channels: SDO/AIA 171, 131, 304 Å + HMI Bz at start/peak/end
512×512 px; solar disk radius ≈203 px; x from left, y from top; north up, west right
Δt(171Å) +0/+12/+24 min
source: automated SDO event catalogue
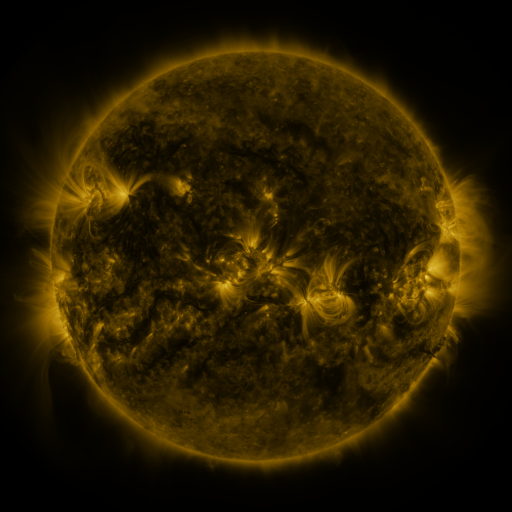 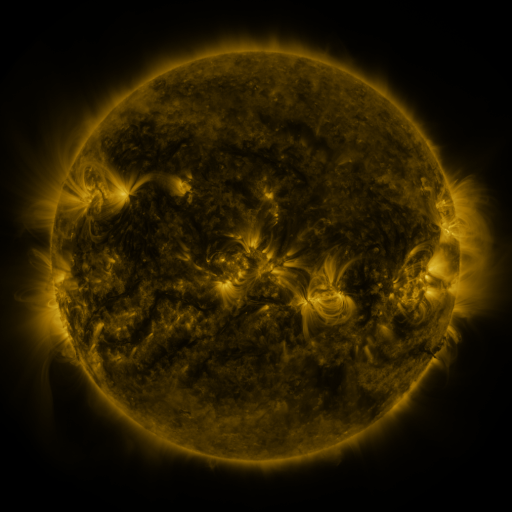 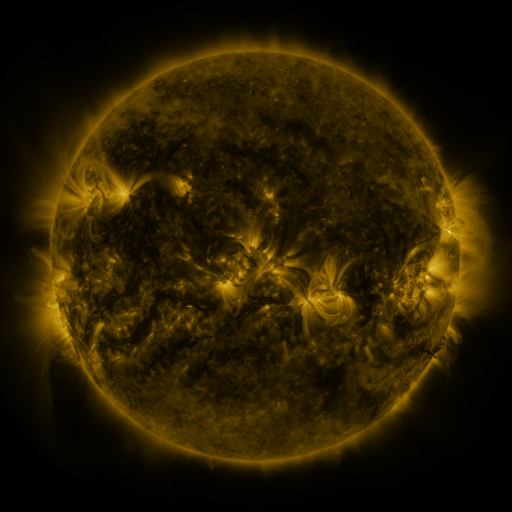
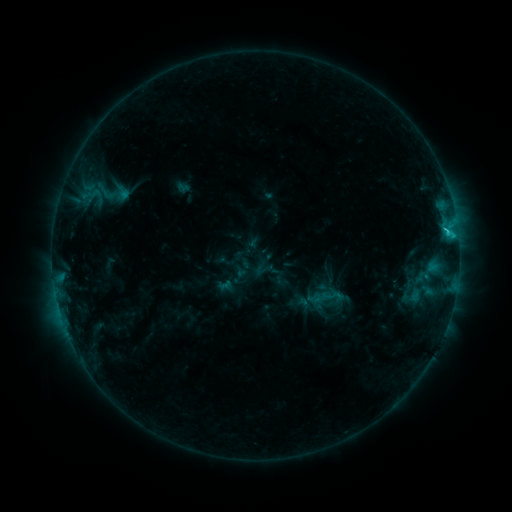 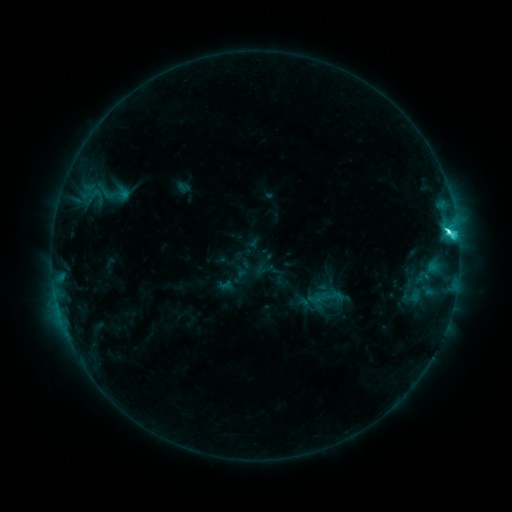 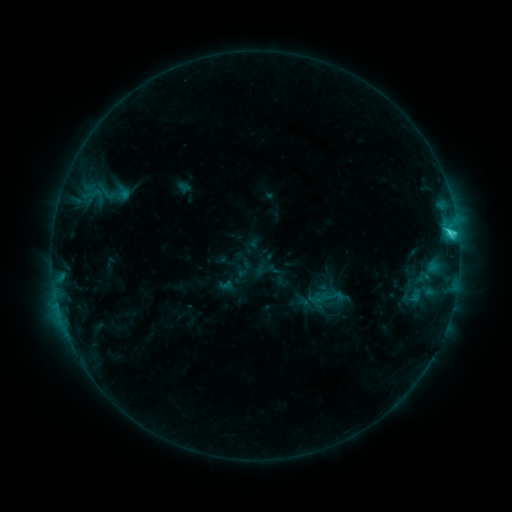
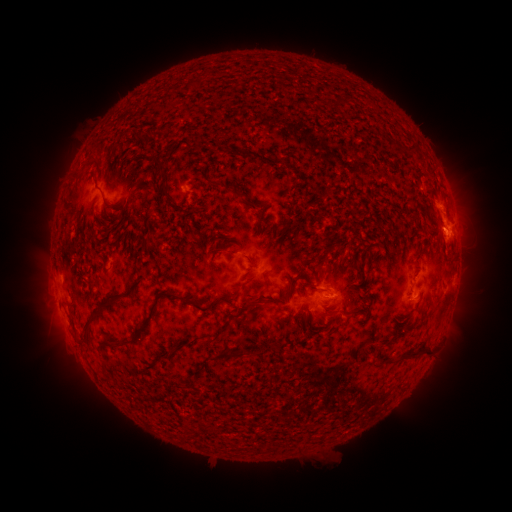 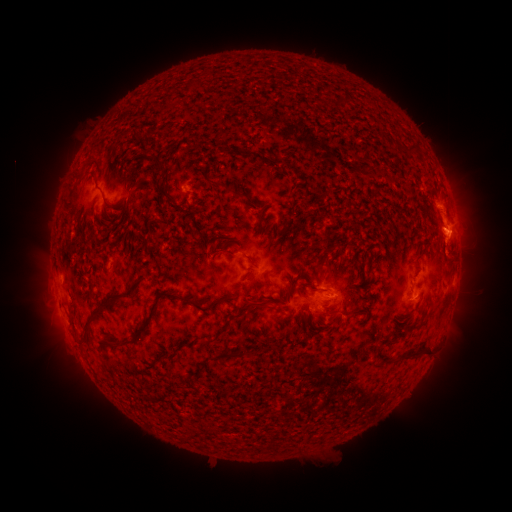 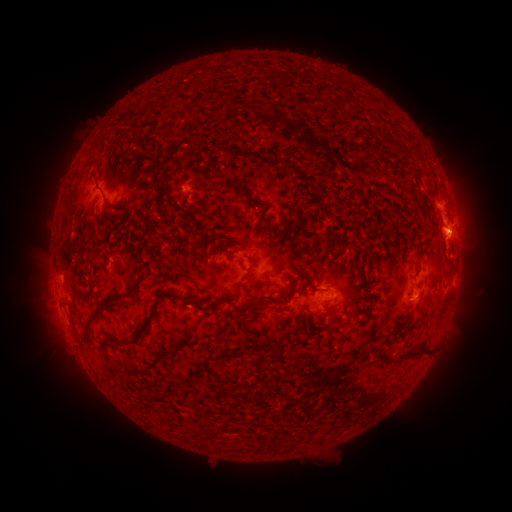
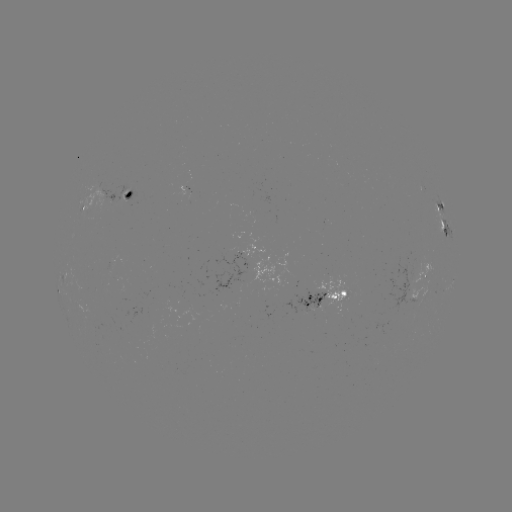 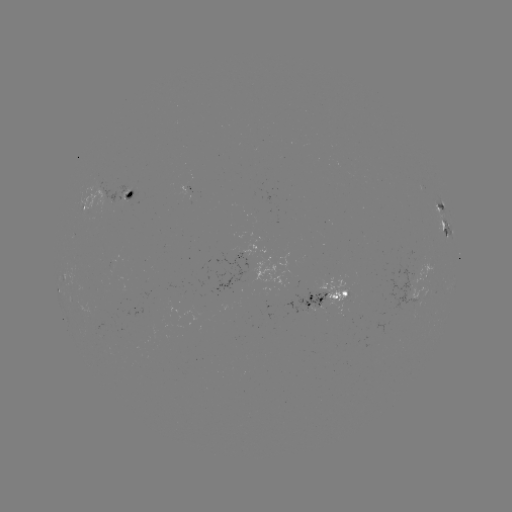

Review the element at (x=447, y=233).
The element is C5.0 flare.